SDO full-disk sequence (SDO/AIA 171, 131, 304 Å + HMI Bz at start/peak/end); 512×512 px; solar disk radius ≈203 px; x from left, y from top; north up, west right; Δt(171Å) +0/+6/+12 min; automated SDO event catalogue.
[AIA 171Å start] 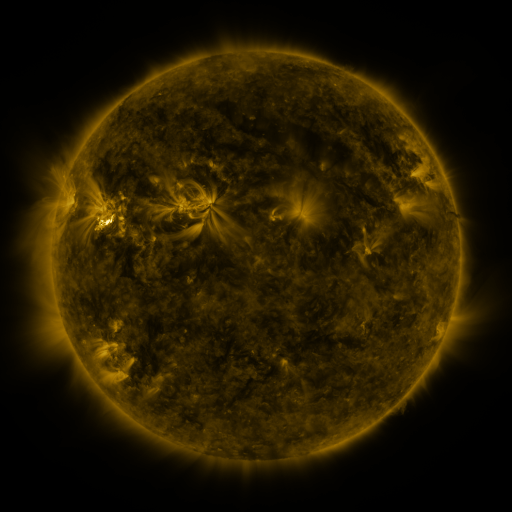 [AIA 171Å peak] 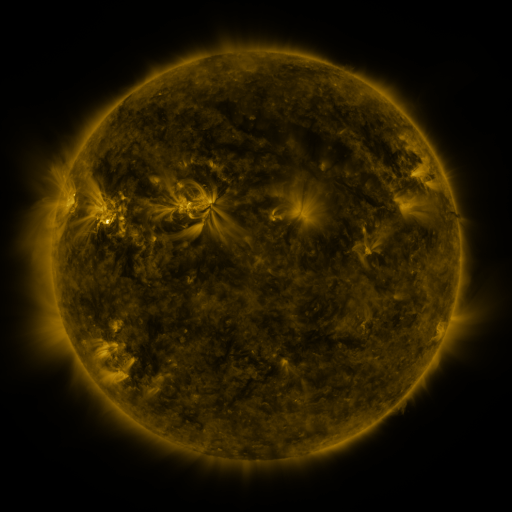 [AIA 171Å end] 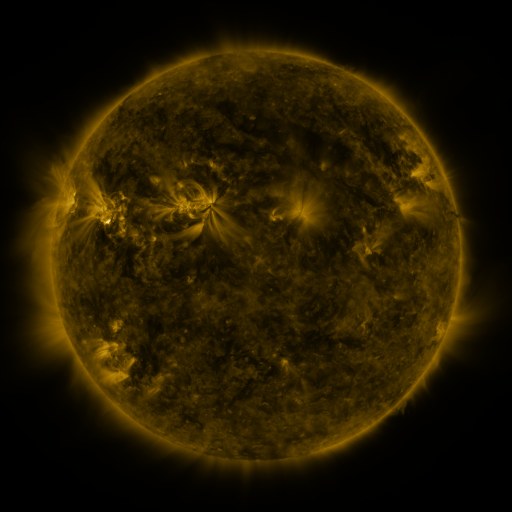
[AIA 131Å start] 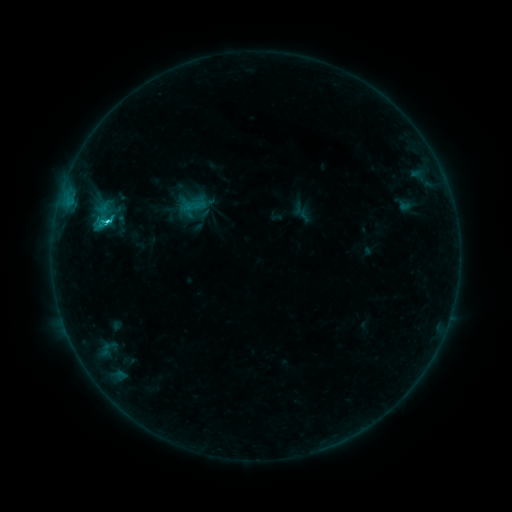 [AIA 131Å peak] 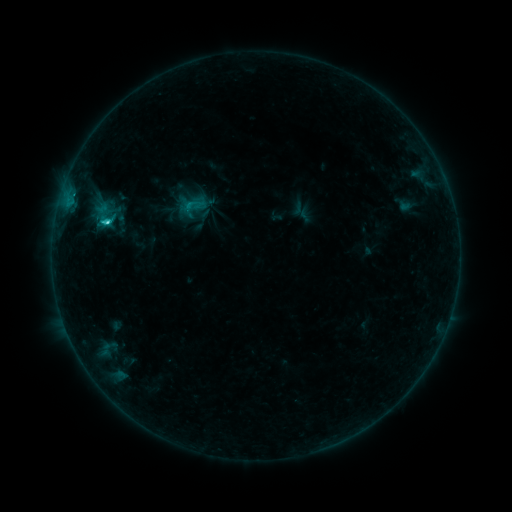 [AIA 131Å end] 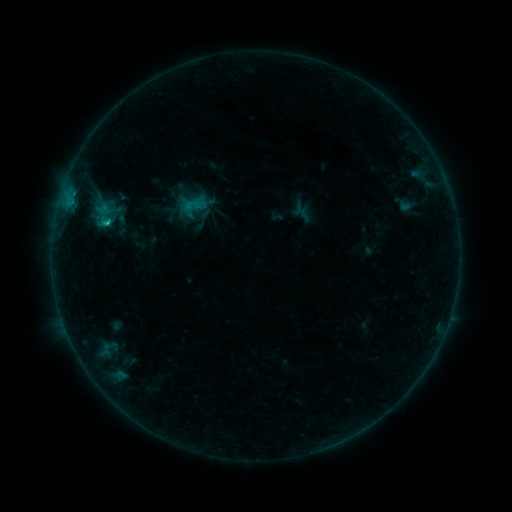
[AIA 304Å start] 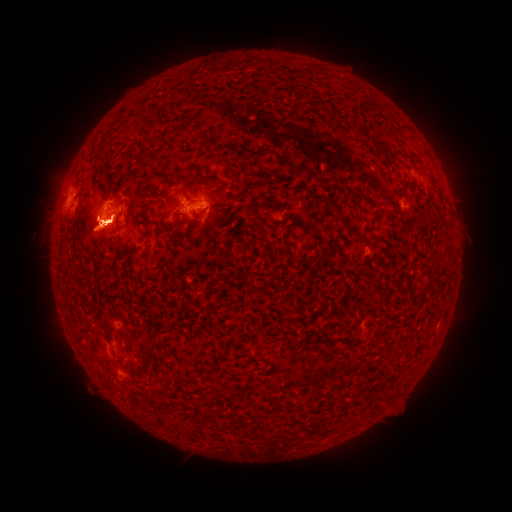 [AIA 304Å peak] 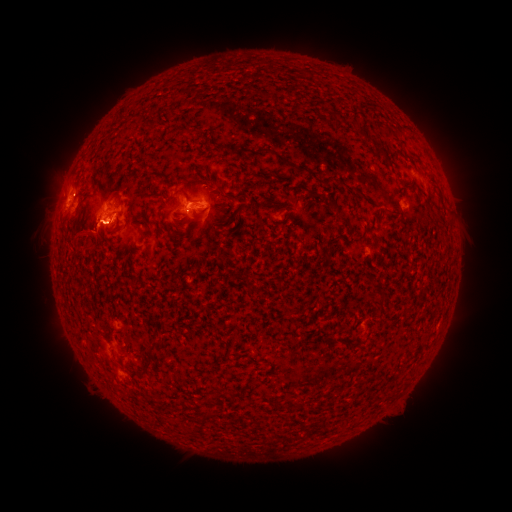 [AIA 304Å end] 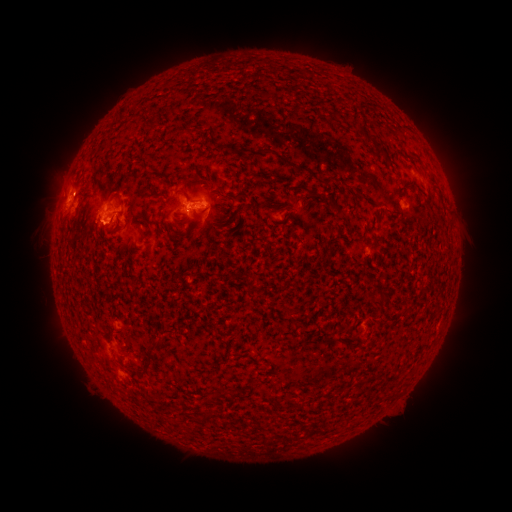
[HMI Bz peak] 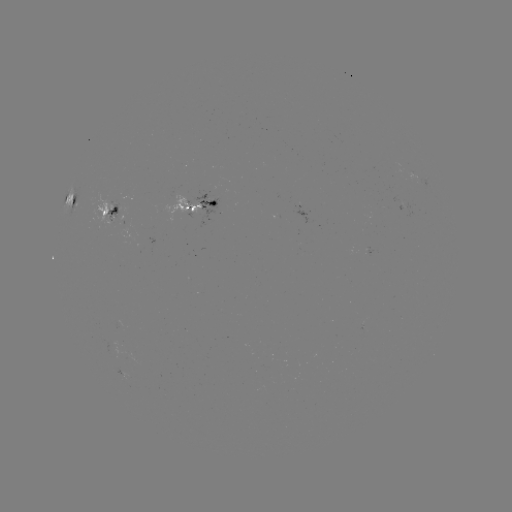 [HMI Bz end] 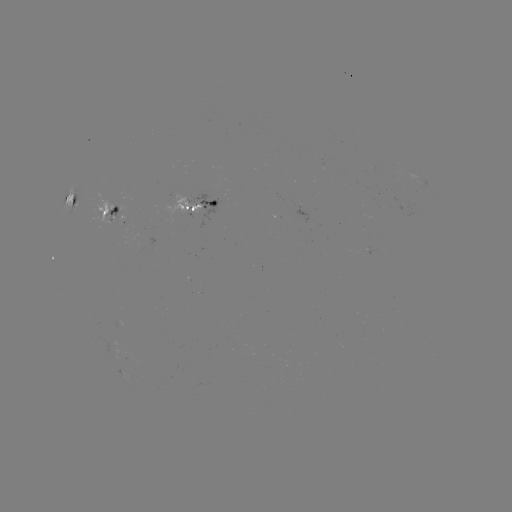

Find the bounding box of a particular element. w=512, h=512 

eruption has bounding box [19, 108, 180, 305].